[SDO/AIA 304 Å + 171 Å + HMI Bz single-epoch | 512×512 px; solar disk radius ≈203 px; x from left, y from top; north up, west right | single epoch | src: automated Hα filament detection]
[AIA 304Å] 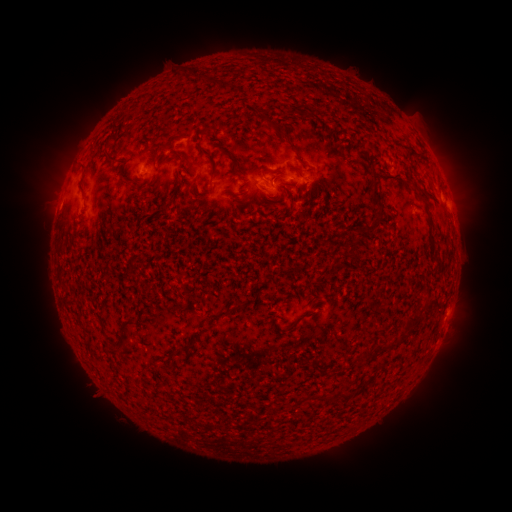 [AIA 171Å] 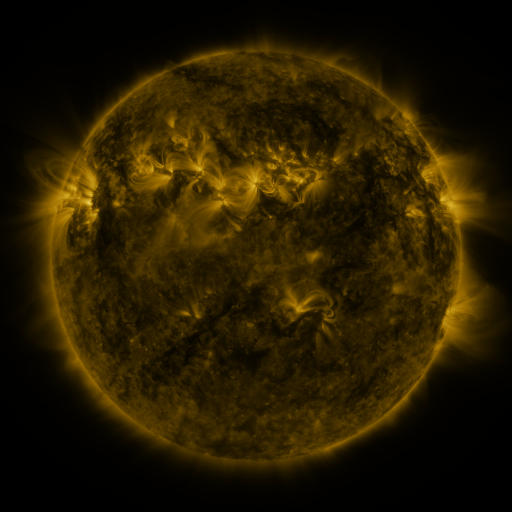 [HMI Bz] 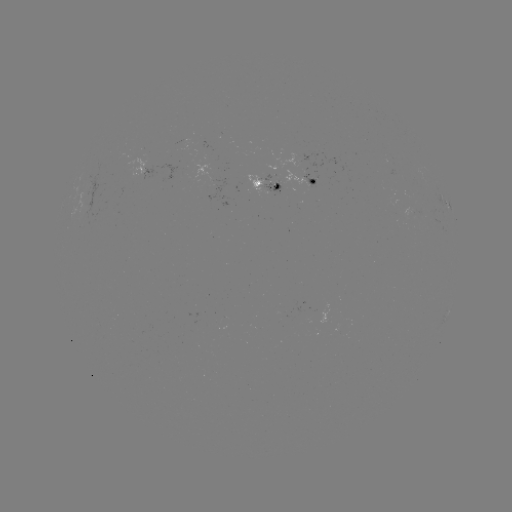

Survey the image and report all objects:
filament: (276, 127)
filament: (225, 152)
filament: (112, 156)
filament: (213, 161)
filament: (85, 193)
filament: (376, 194)
filament: (427, 202)
filament: (351, 254)
filament: (437, 264)
filament: (432, 304)
filament: (239, 305)
filament: (412, 322)
filament: (292, 325)
filament: (123, 326)
filament: (390, 346)
filament: (184, 347)
filament: (379, 351)
filament: (366, 355)
